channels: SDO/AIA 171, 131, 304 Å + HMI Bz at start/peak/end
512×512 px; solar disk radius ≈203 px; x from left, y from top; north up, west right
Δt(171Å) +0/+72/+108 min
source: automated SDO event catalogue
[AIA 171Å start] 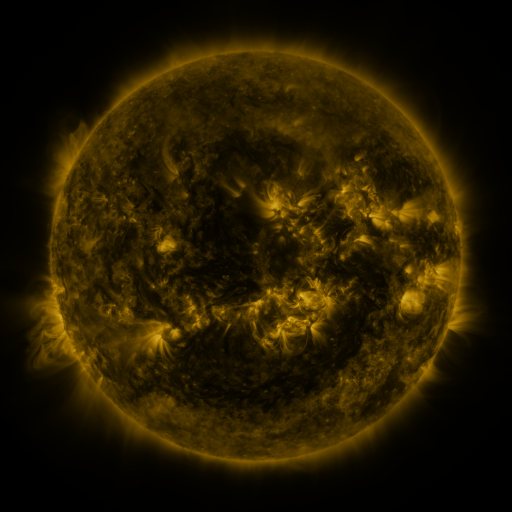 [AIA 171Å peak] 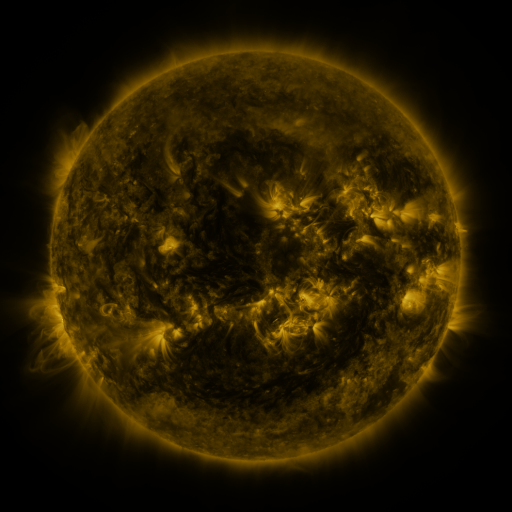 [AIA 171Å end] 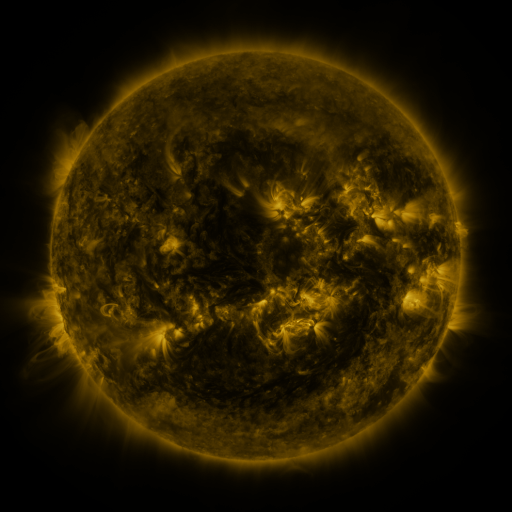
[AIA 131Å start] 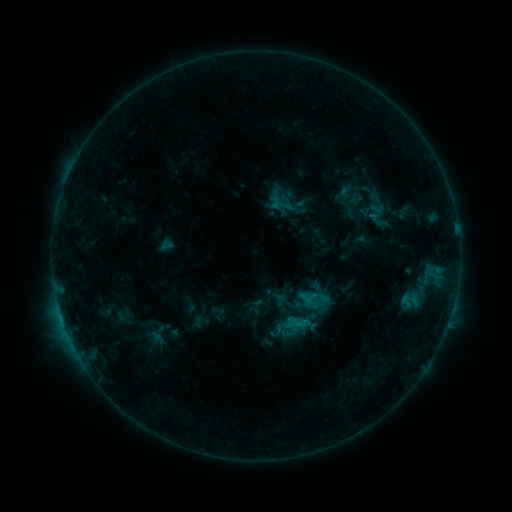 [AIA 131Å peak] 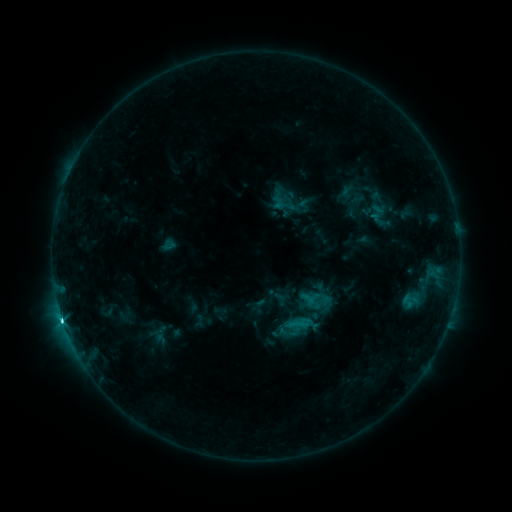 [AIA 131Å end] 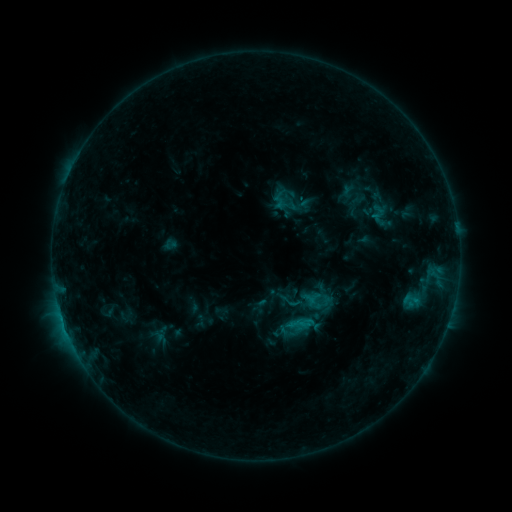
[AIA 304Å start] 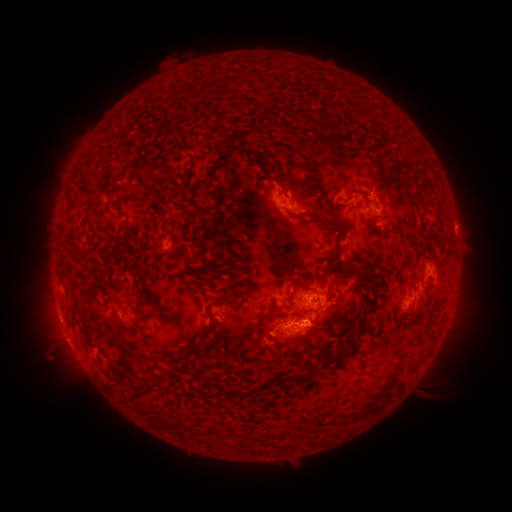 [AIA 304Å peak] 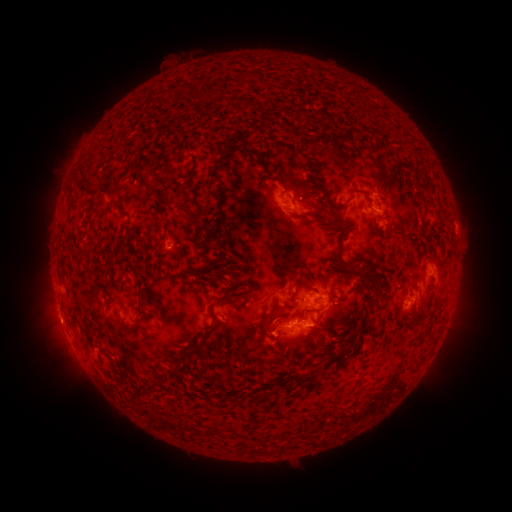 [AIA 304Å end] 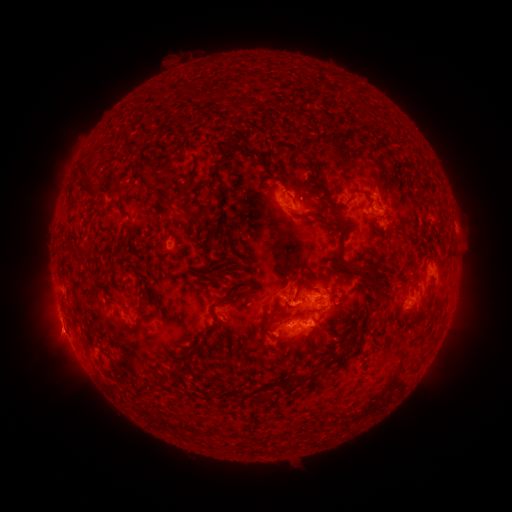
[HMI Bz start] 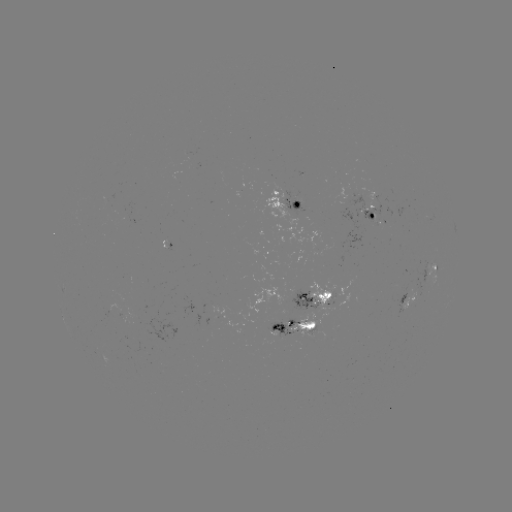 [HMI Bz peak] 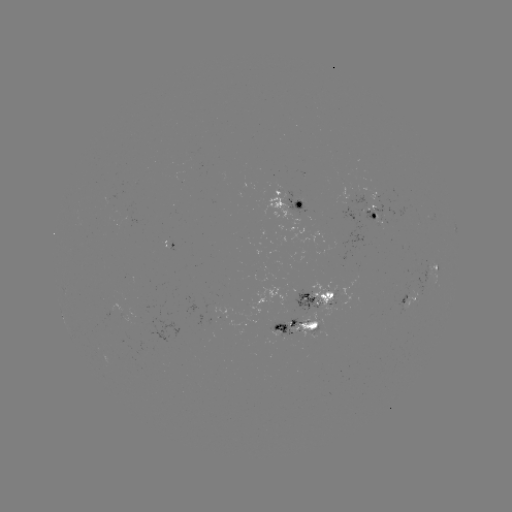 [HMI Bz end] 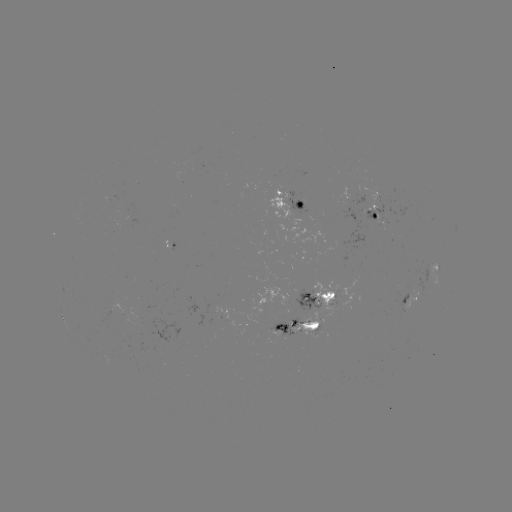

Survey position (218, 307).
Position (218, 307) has emerging-flux region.